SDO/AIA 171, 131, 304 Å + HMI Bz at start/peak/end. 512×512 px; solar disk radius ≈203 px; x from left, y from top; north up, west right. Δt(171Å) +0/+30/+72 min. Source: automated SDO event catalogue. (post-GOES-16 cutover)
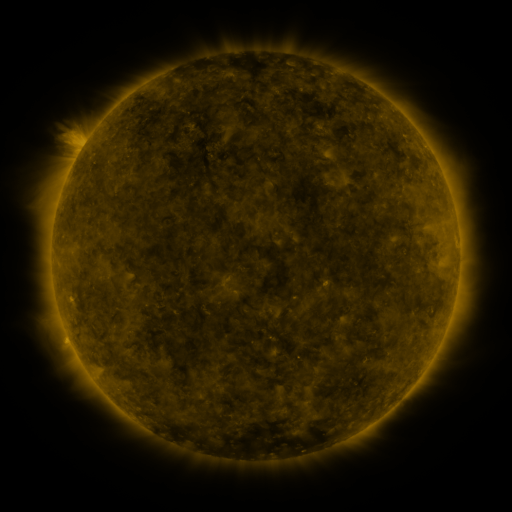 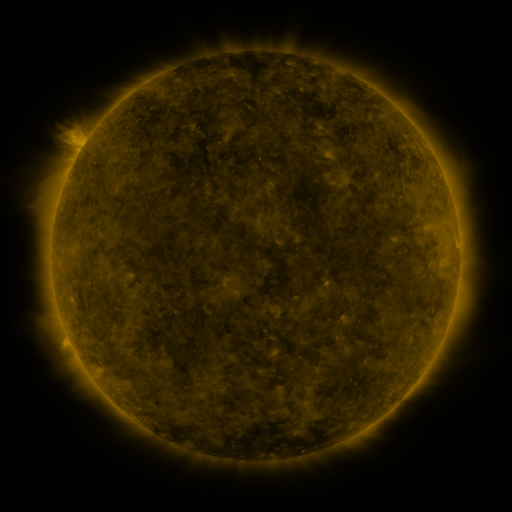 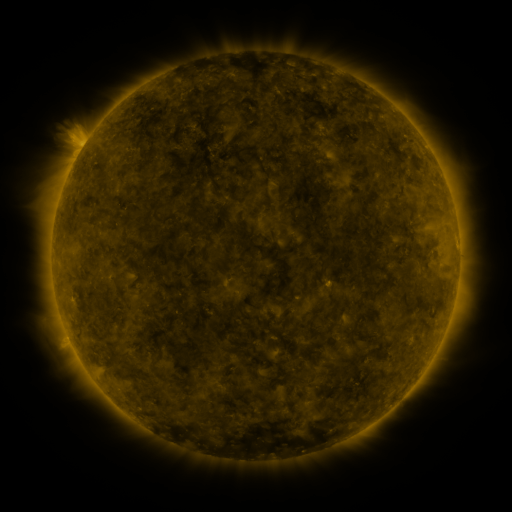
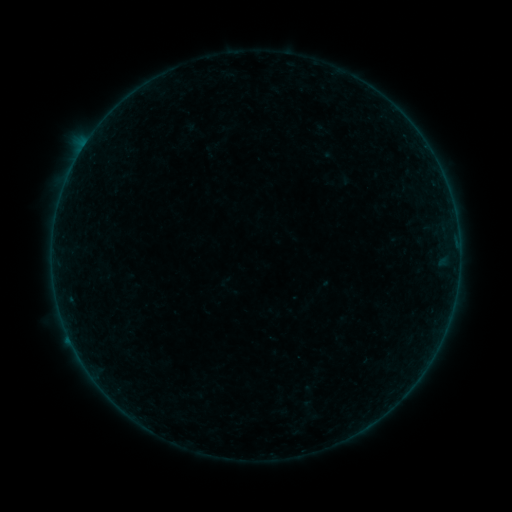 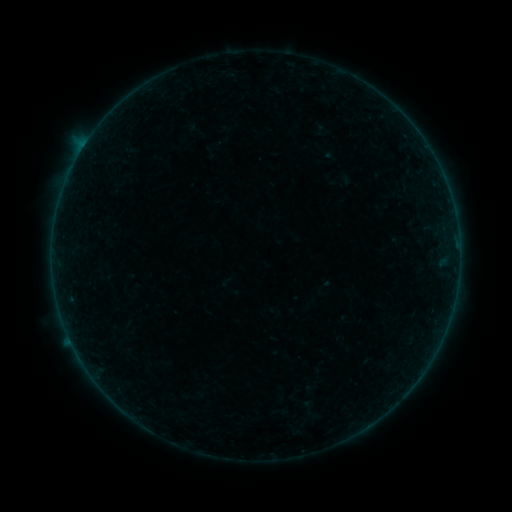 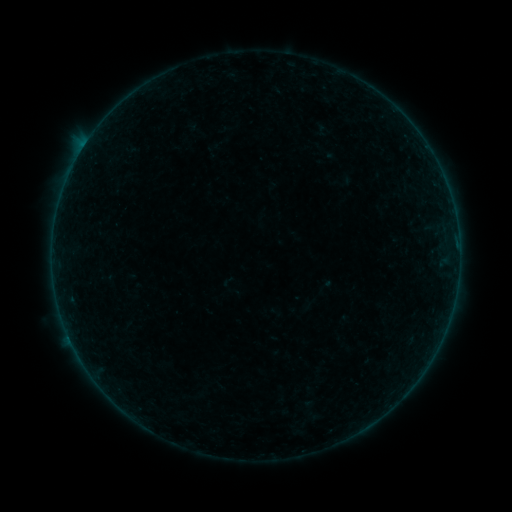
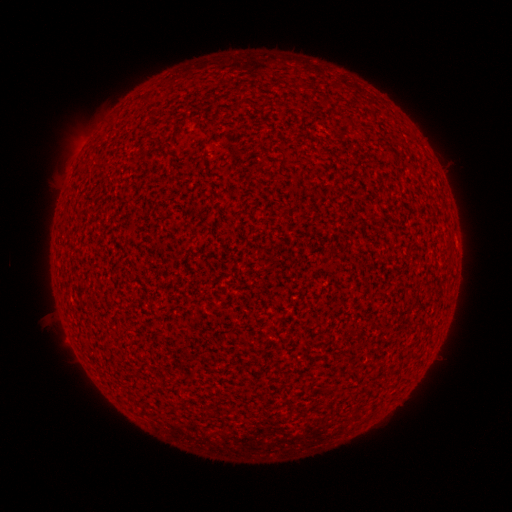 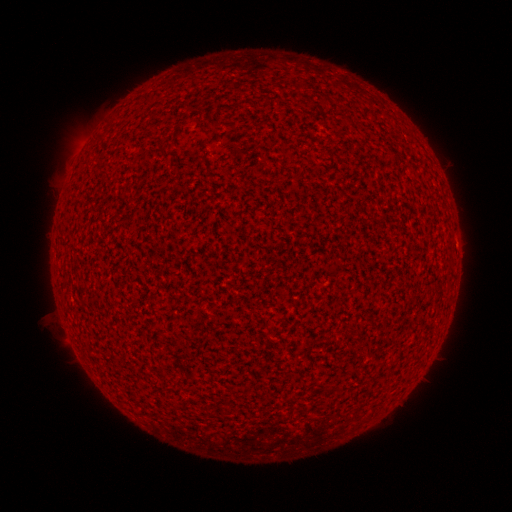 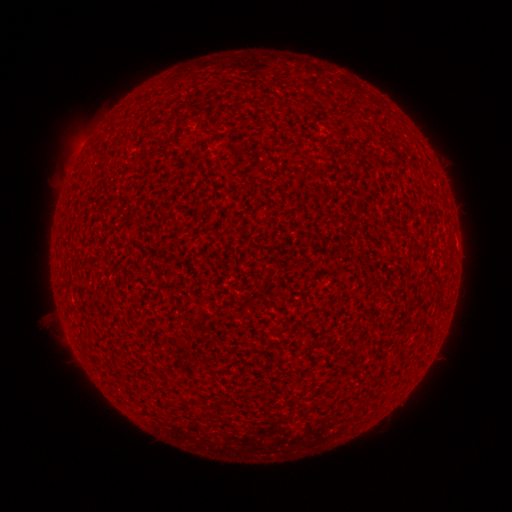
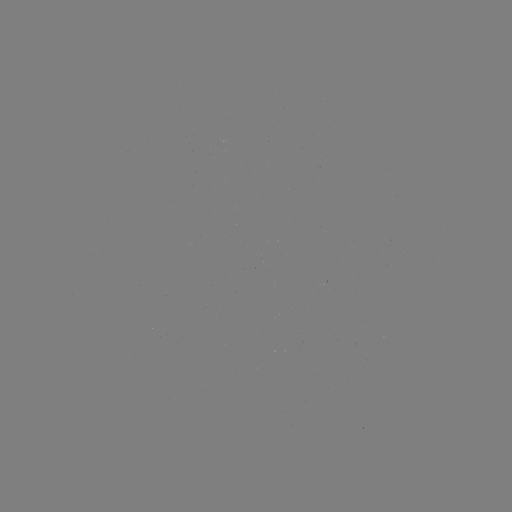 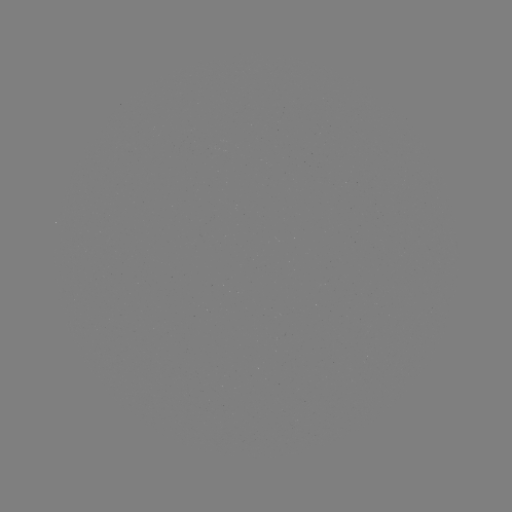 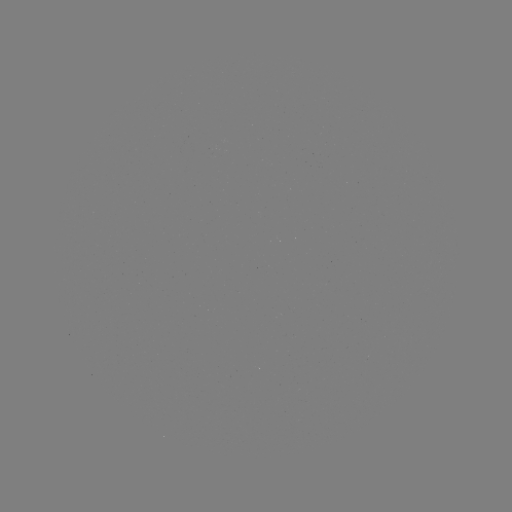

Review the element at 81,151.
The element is A8.0 flare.